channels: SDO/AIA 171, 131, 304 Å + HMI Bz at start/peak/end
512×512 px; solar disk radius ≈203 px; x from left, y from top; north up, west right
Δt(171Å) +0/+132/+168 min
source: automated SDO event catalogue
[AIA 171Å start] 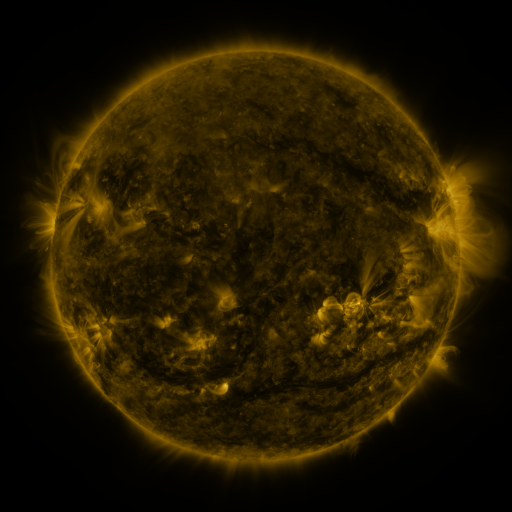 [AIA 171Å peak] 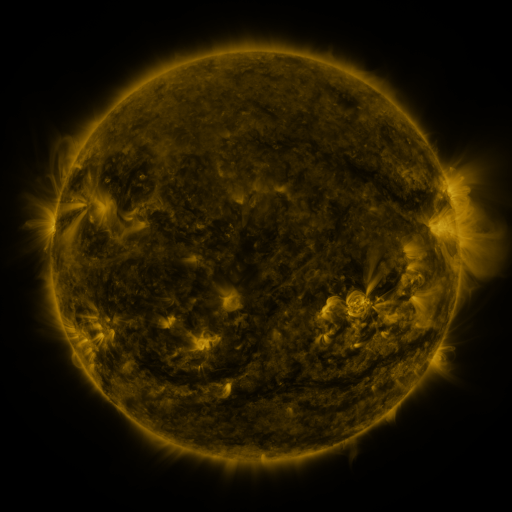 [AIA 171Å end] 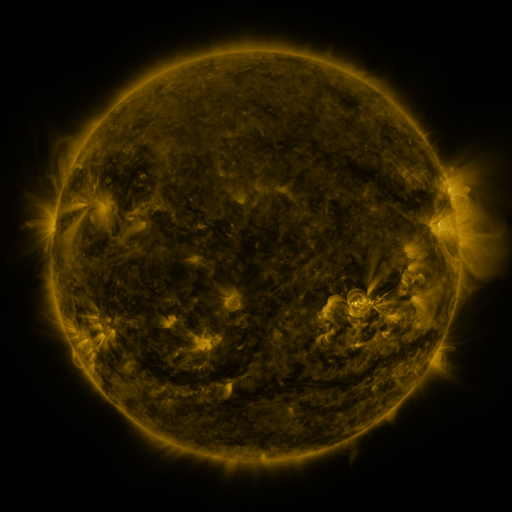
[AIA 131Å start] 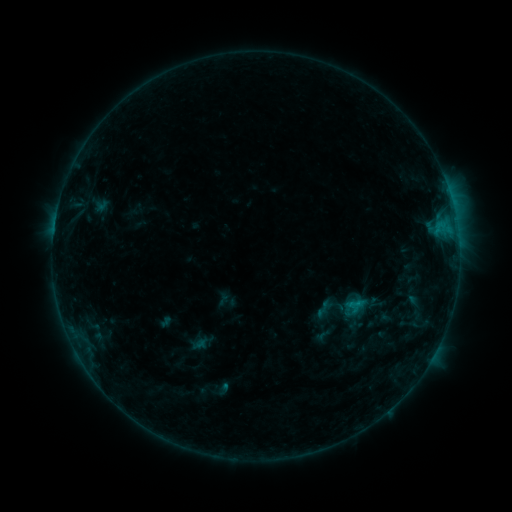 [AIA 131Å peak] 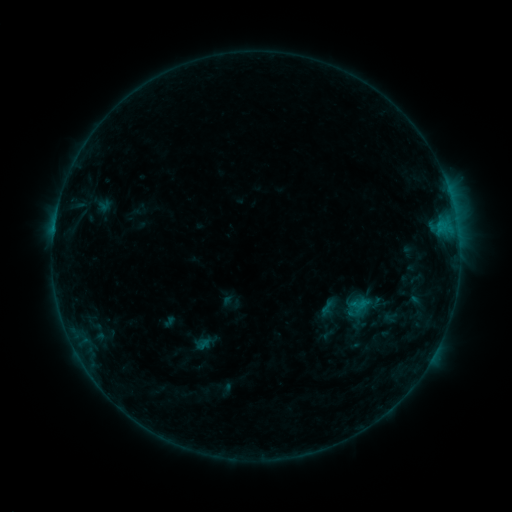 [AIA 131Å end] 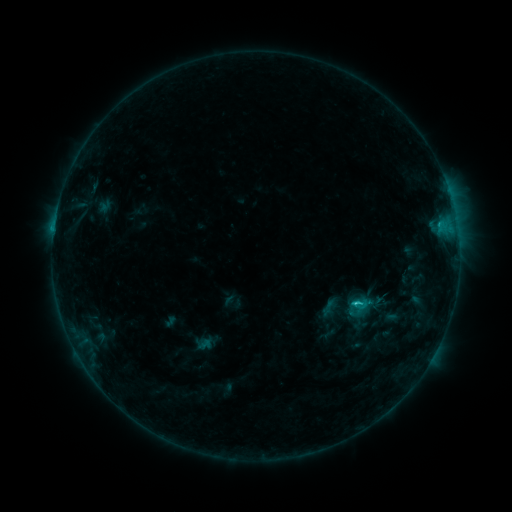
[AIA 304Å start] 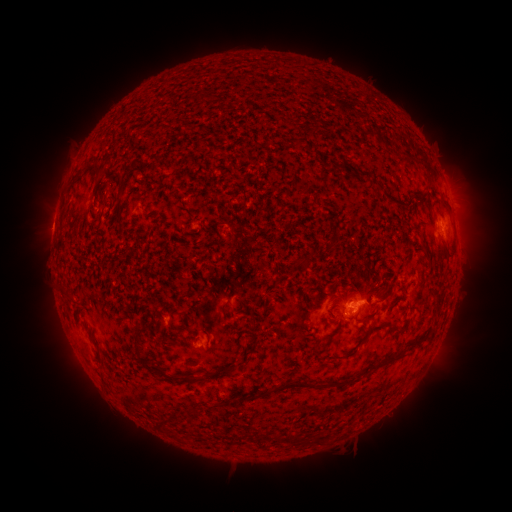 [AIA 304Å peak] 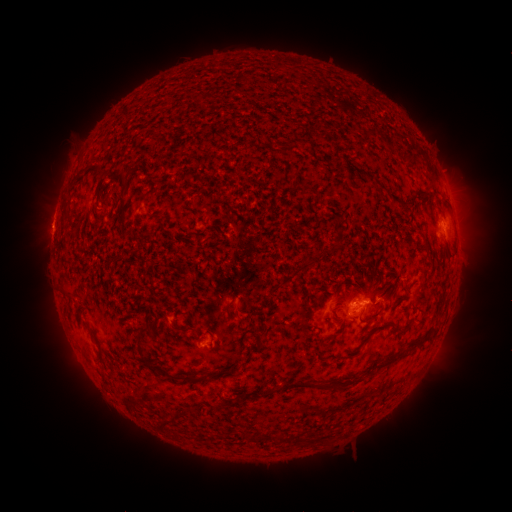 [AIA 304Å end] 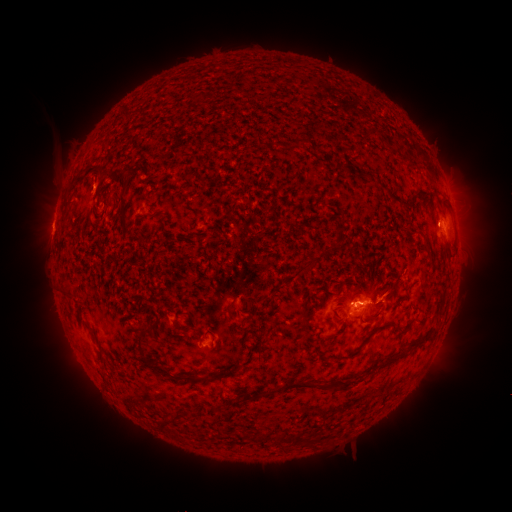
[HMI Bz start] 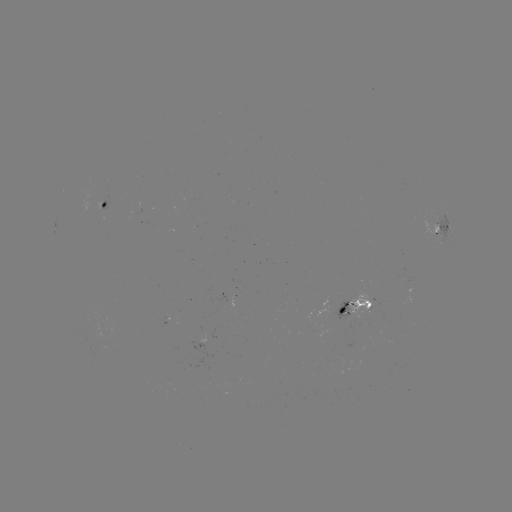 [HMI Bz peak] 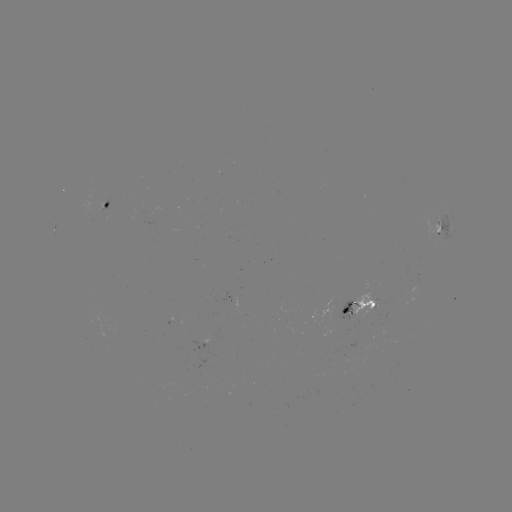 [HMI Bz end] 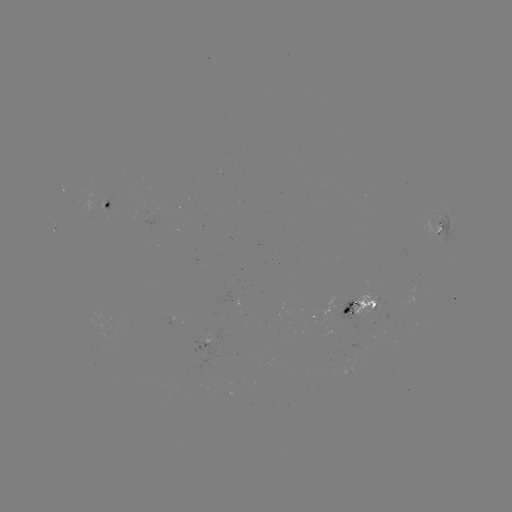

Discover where emerging-flux region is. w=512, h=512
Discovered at (366, 330).